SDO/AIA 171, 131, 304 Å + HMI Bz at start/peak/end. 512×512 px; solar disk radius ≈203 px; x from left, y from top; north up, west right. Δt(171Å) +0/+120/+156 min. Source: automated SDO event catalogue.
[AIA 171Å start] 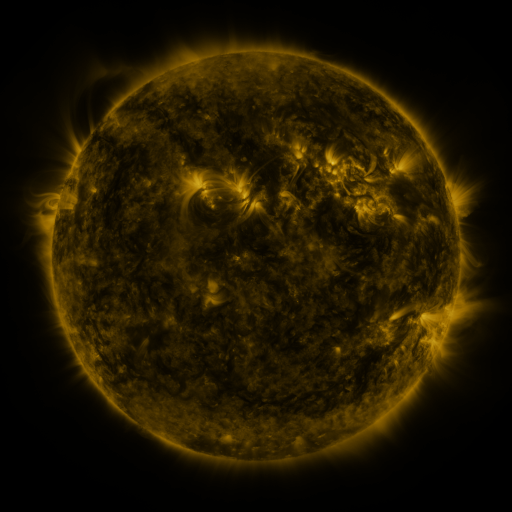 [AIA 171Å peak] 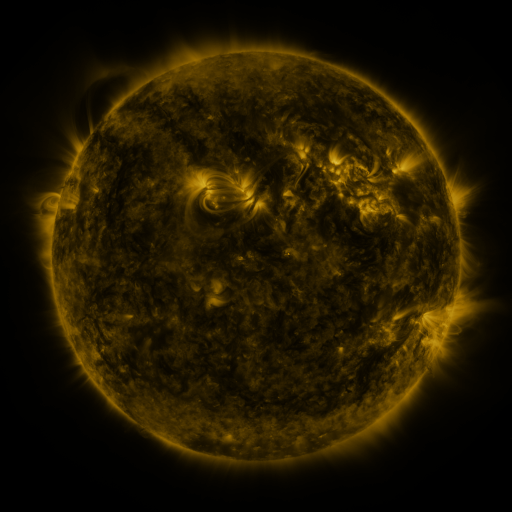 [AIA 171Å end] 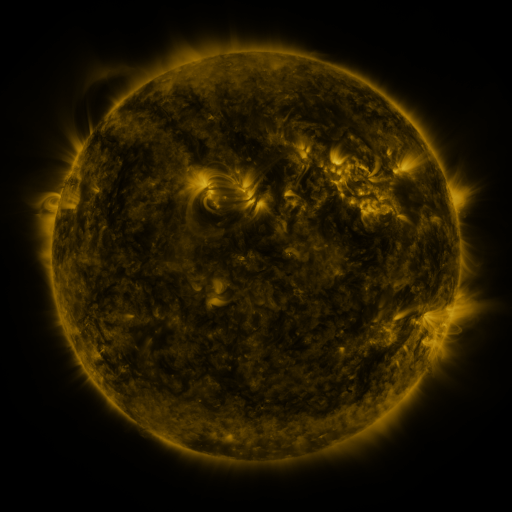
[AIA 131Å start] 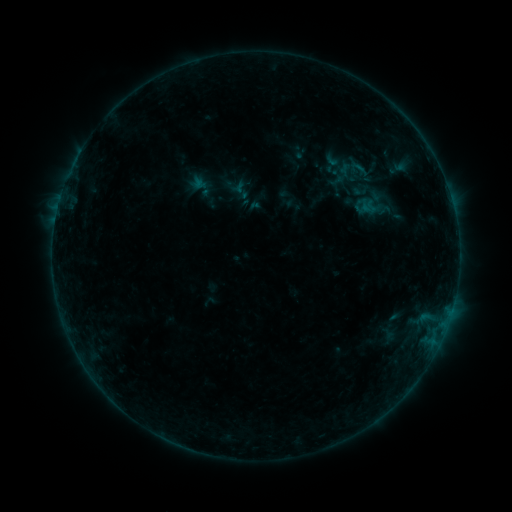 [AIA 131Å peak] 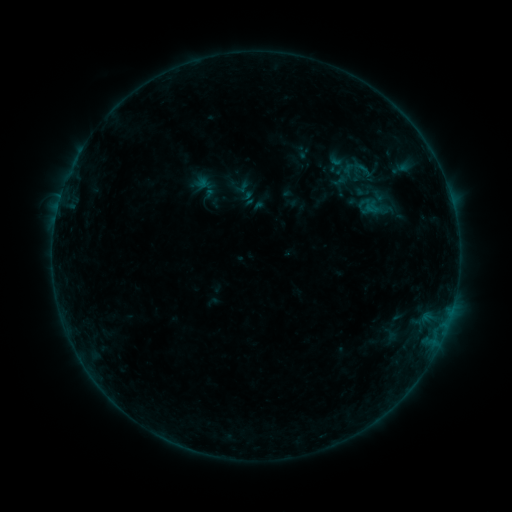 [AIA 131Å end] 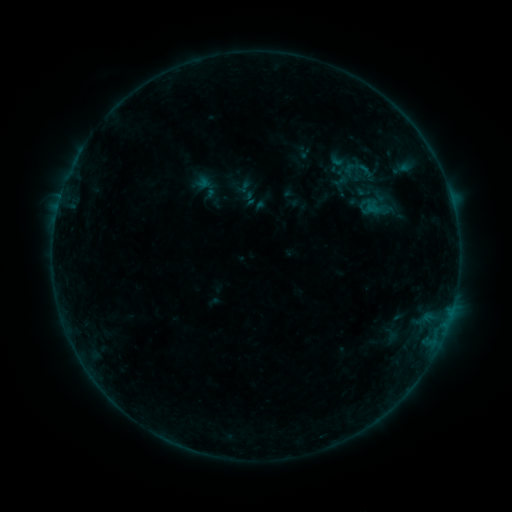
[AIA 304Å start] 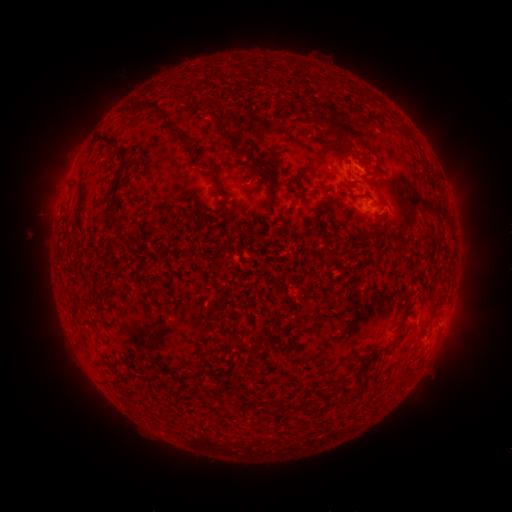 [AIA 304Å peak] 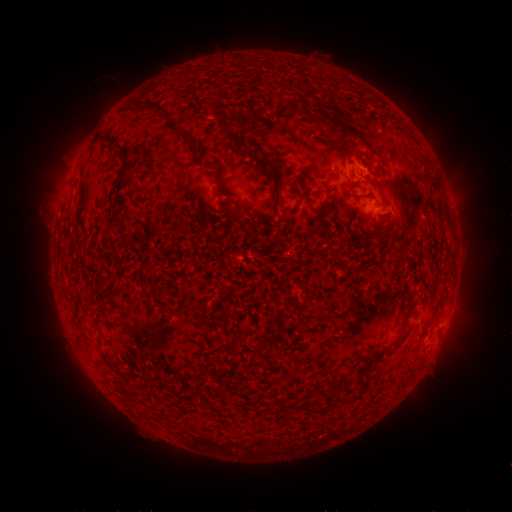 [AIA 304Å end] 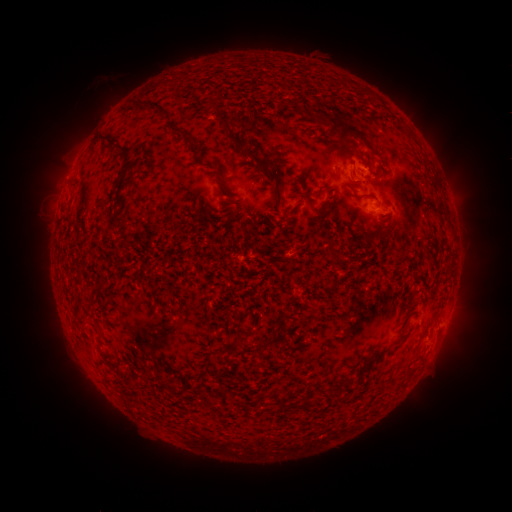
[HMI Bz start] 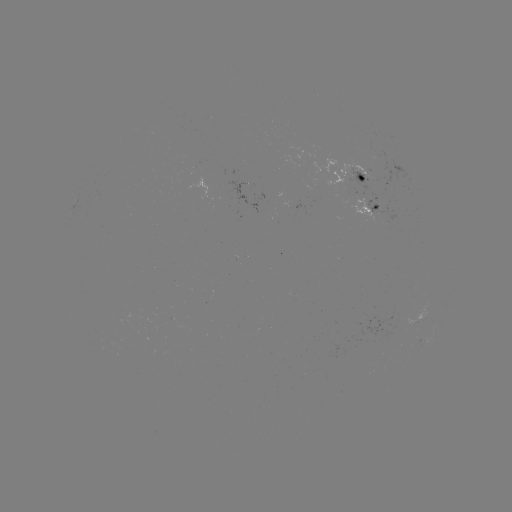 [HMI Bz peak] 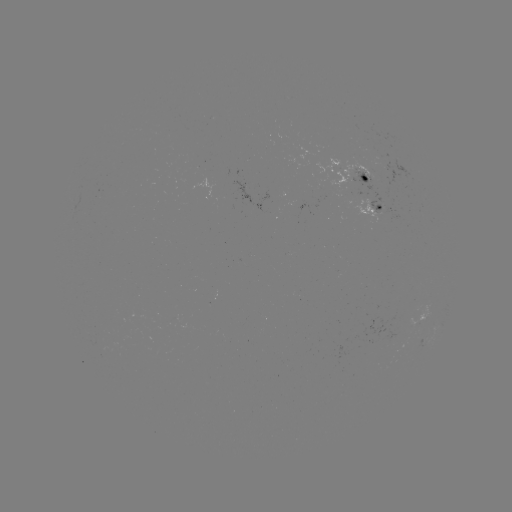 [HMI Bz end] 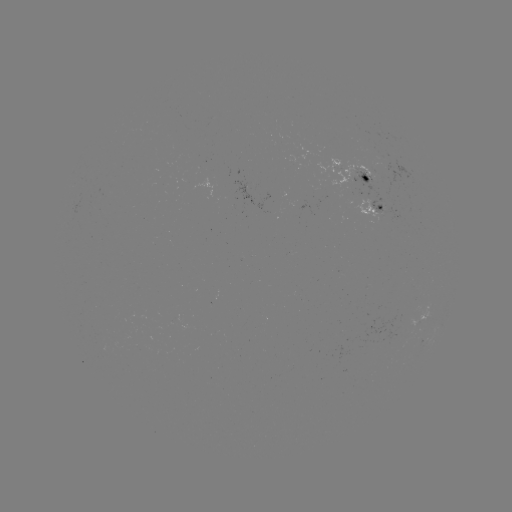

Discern emerging-flux region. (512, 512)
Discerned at [356, 192].